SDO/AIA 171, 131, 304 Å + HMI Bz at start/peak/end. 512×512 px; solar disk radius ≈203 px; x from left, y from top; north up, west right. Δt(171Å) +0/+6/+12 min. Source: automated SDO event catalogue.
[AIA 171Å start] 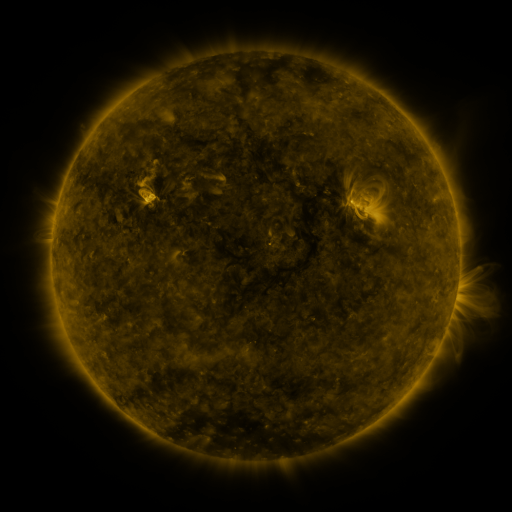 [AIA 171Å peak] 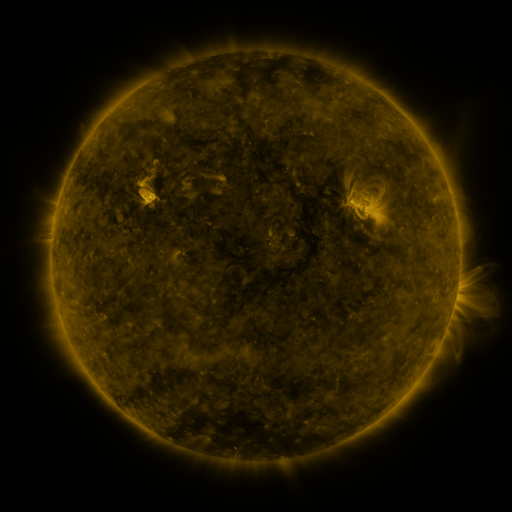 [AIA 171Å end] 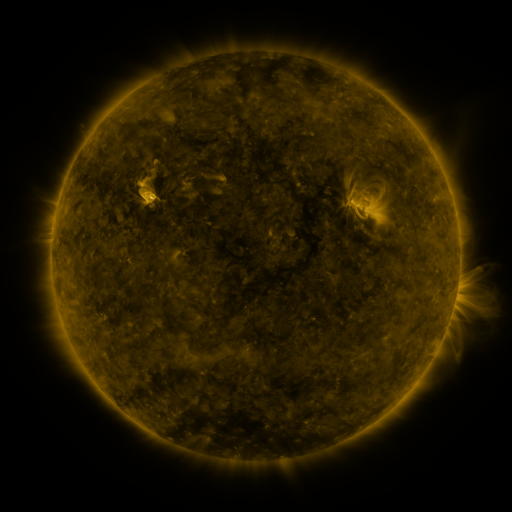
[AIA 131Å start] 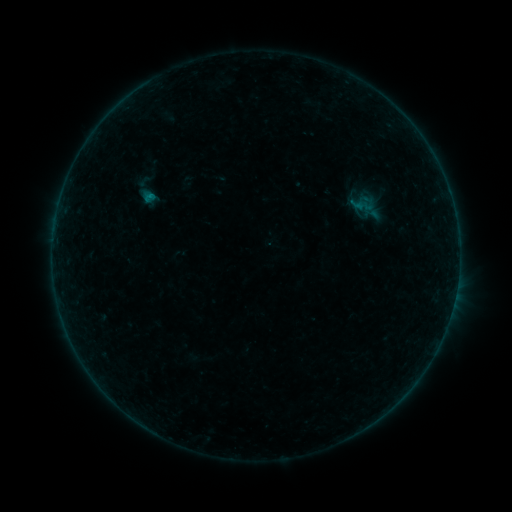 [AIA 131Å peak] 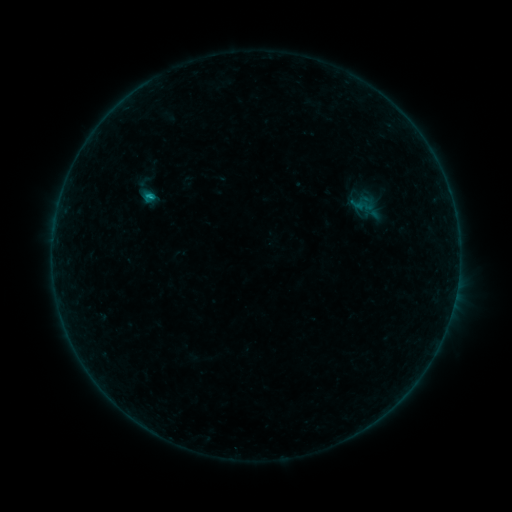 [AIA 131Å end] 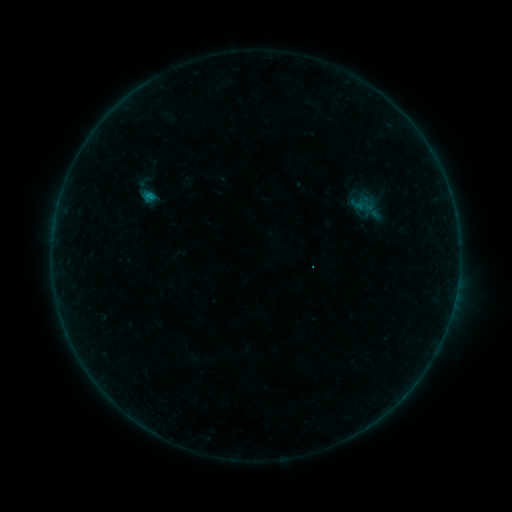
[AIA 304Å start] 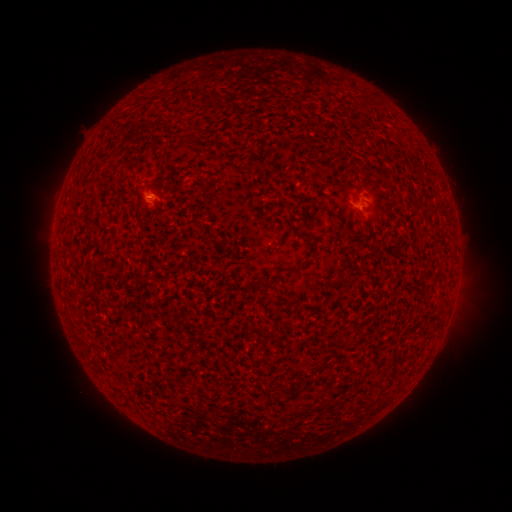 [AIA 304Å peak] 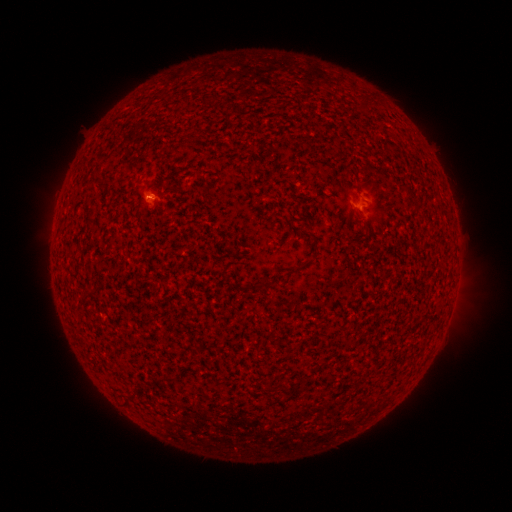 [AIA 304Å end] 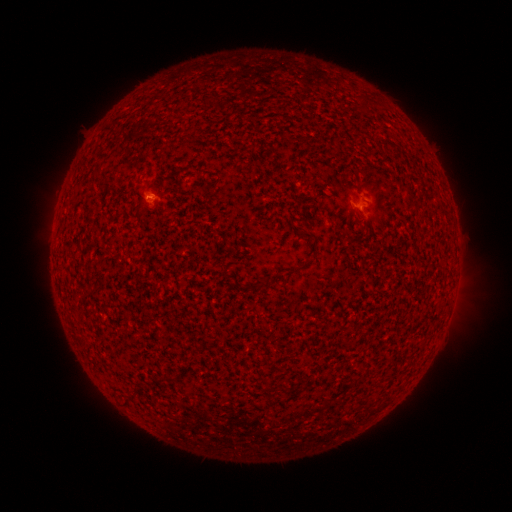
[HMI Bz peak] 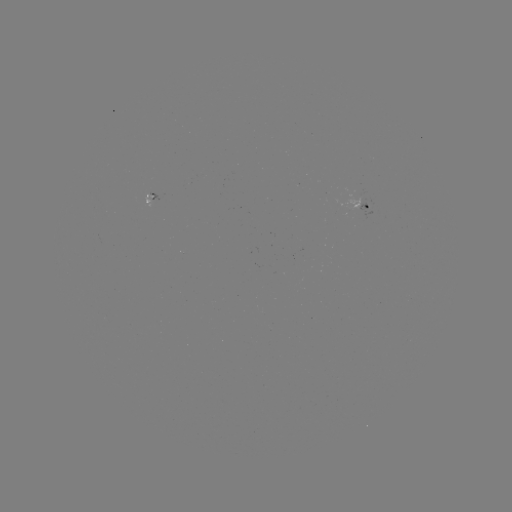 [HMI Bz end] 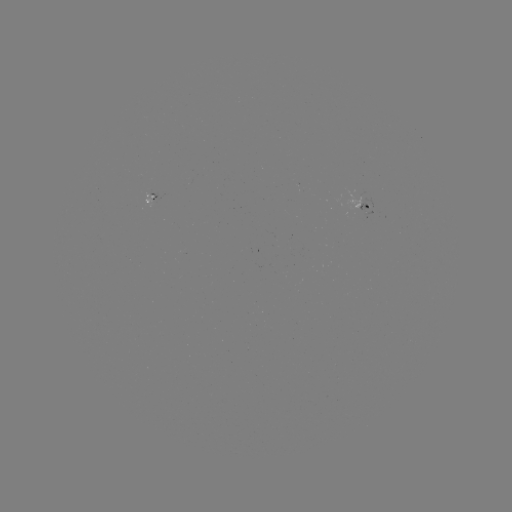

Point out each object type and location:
B3.4 flare: (150, 199)
